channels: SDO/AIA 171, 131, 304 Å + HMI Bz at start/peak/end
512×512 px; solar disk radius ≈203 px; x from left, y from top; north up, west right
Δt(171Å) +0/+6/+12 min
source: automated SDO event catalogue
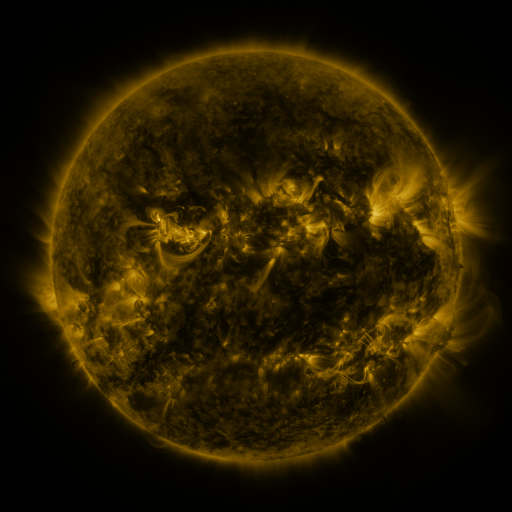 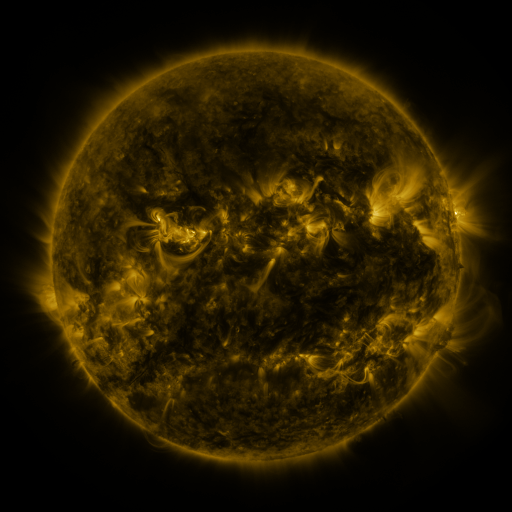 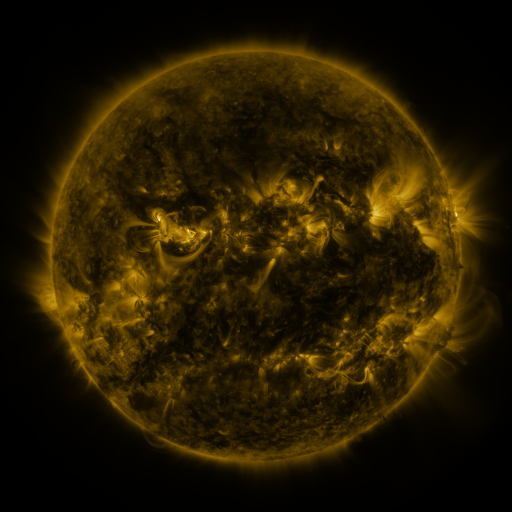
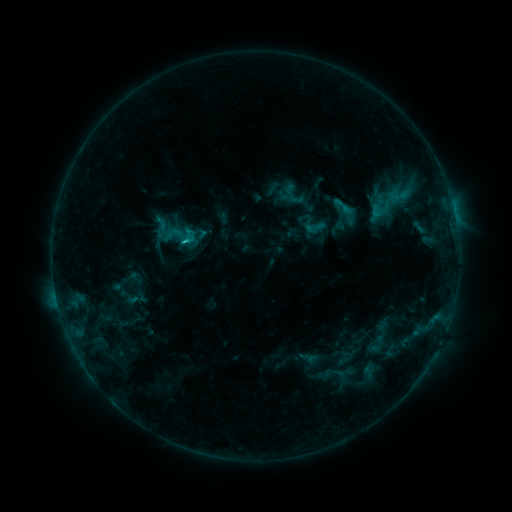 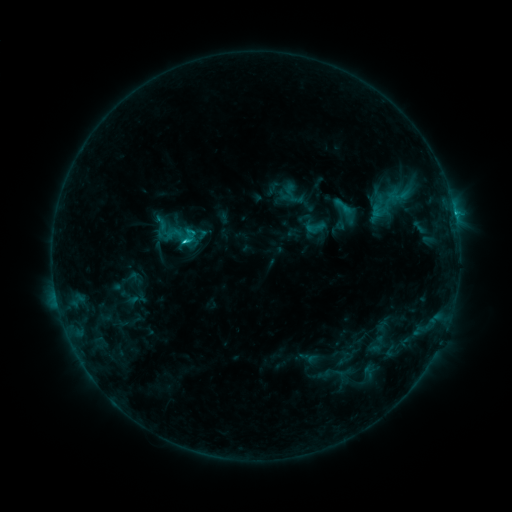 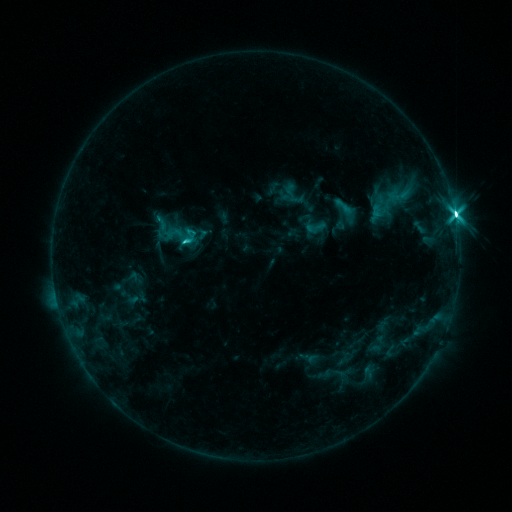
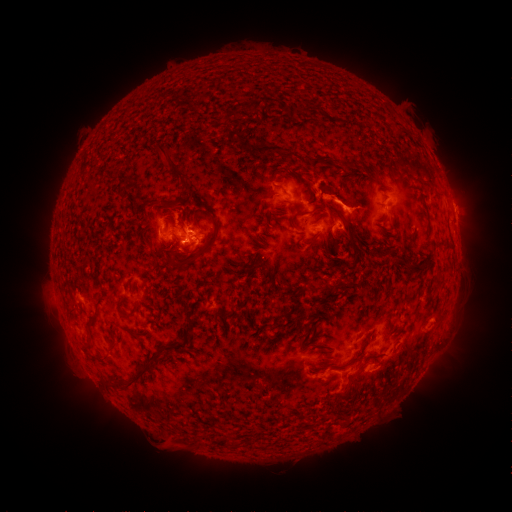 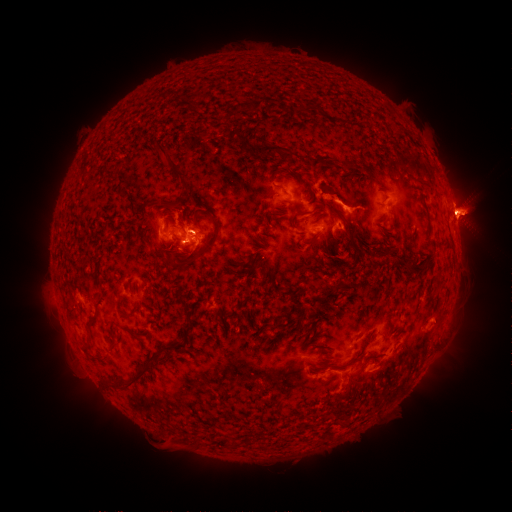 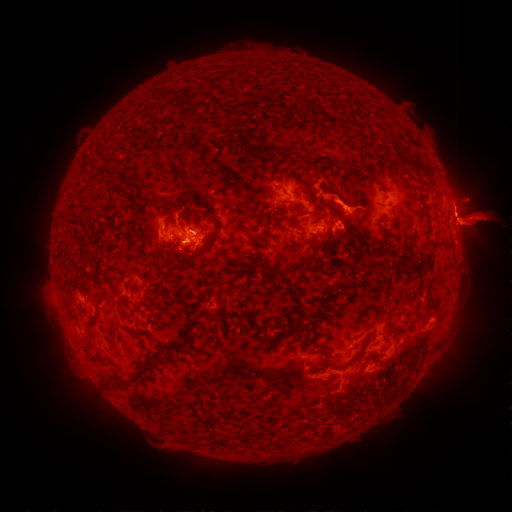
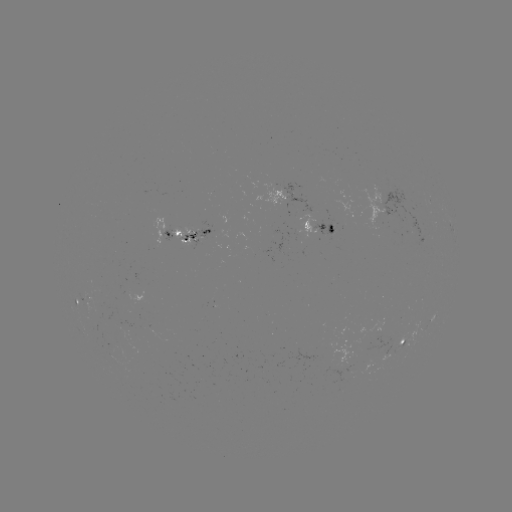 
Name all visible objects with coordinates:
M1.7 flare: (186, 241)
